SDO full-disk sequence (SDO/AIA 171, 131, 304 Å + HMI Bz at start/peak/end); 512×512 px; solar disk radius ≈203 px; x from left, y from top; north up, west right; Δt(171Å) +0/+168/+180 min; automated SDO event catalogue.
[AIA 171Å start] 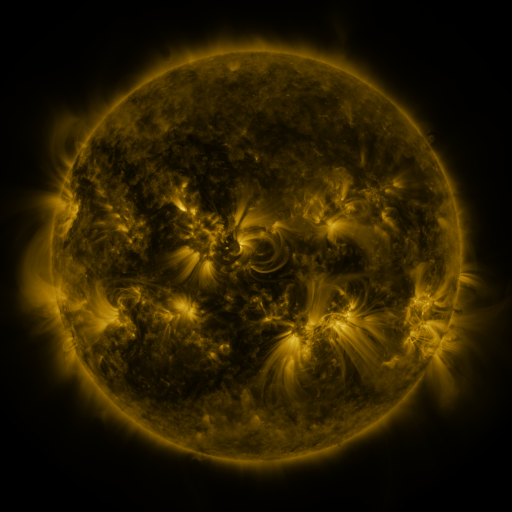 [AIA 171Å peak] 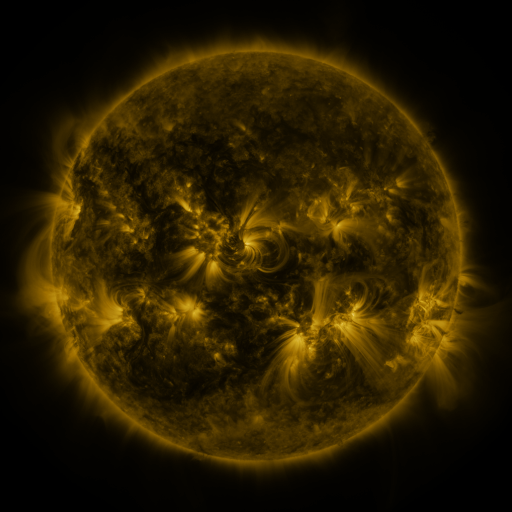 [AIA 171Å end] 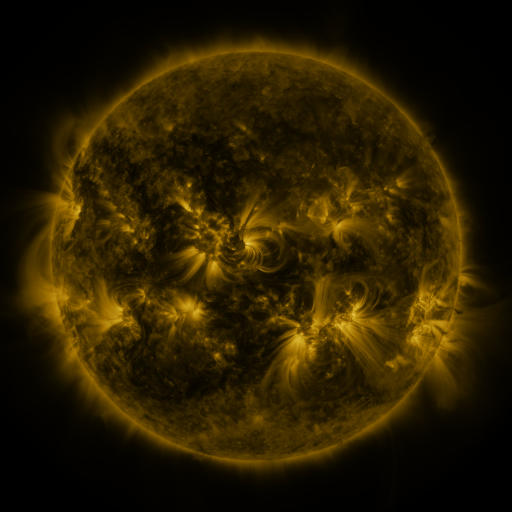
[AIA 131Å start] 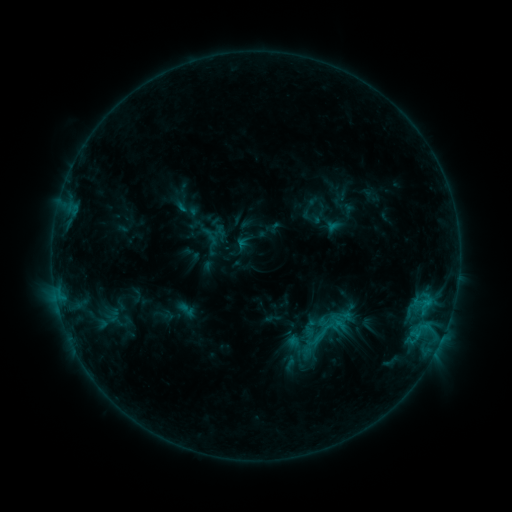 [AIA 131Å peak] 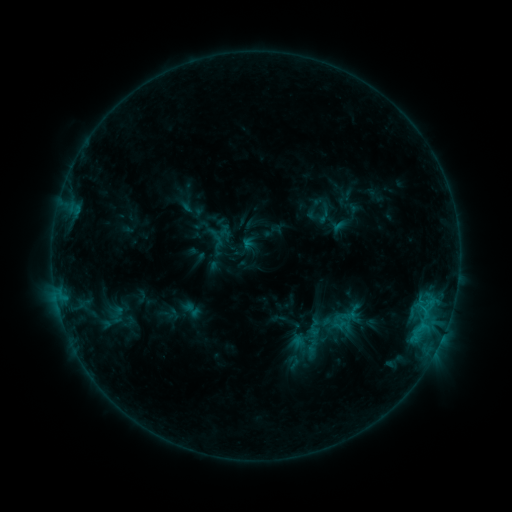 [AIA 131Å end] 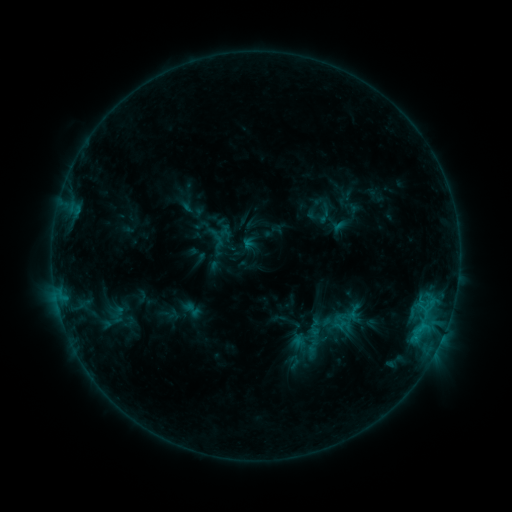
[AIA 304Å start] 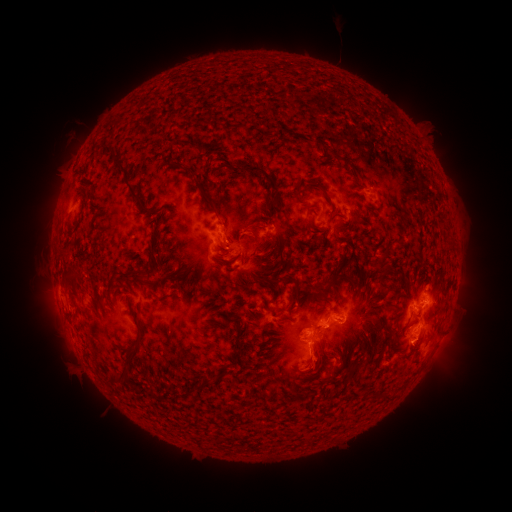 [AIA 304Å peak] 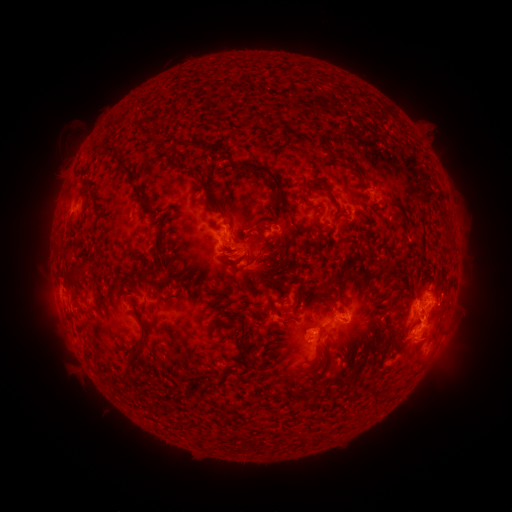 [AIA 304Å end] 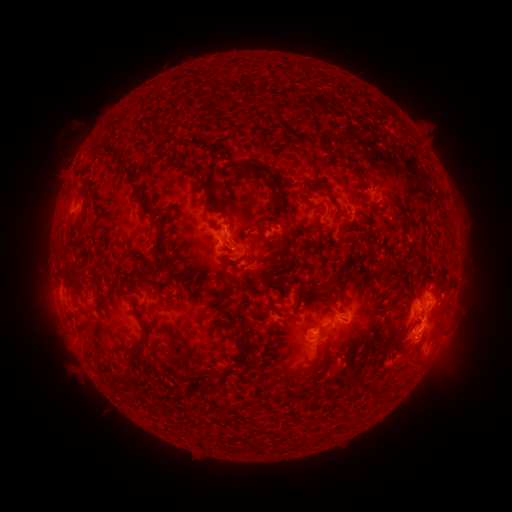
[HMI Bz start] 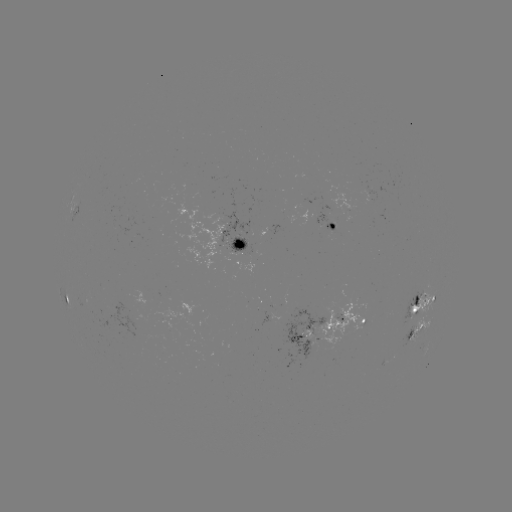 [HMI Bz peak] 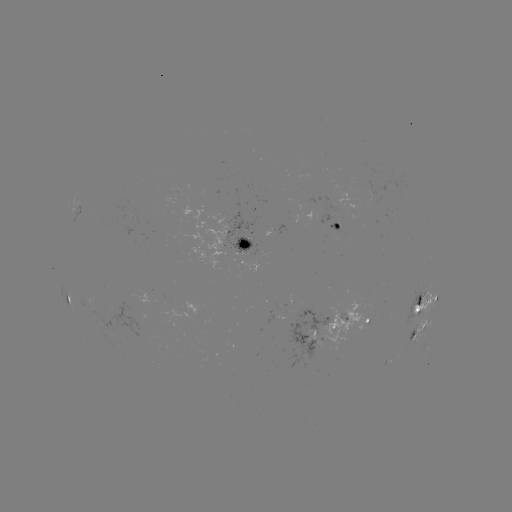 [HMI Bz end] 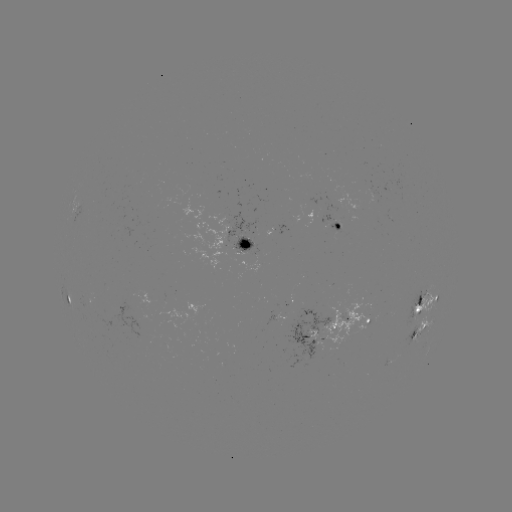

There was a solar emerging-flux region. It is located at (417, 310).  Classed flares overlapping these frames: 1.